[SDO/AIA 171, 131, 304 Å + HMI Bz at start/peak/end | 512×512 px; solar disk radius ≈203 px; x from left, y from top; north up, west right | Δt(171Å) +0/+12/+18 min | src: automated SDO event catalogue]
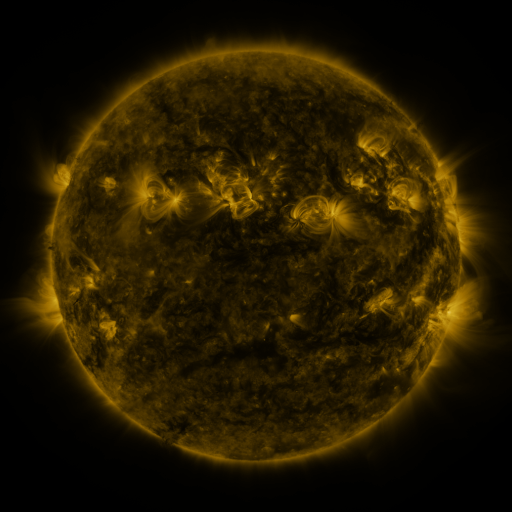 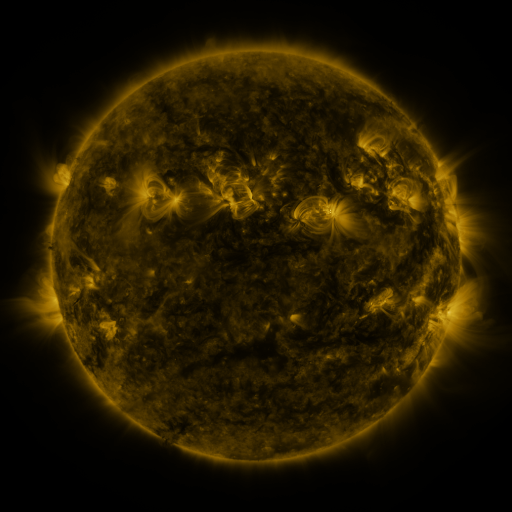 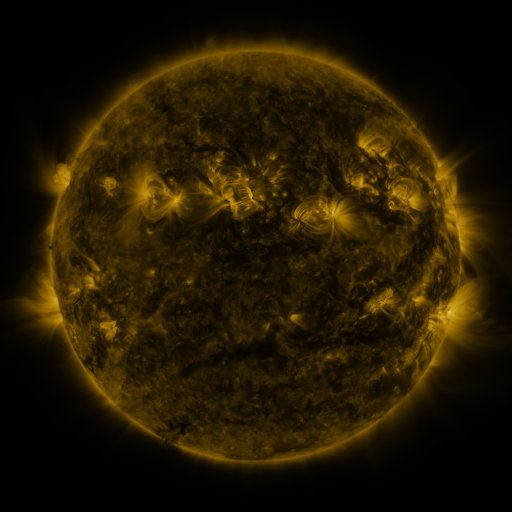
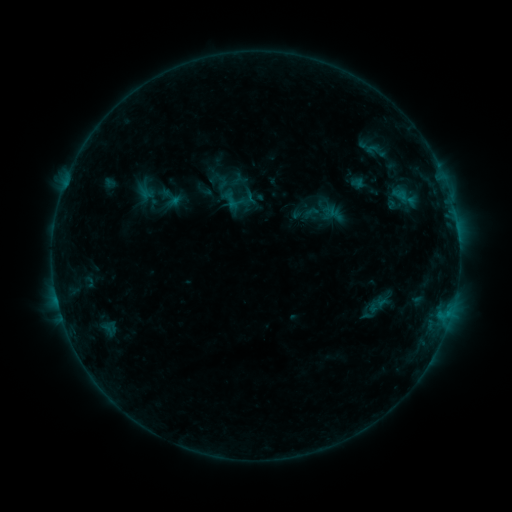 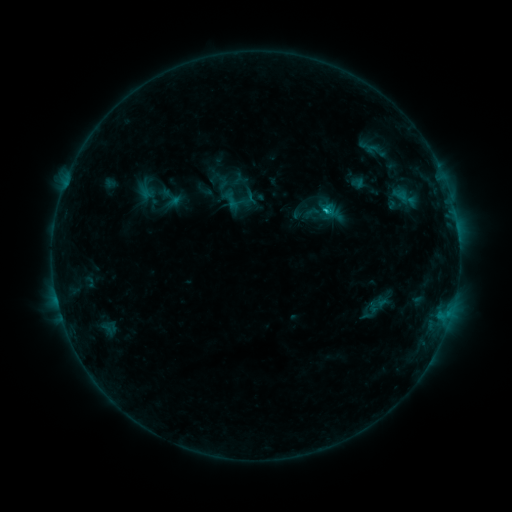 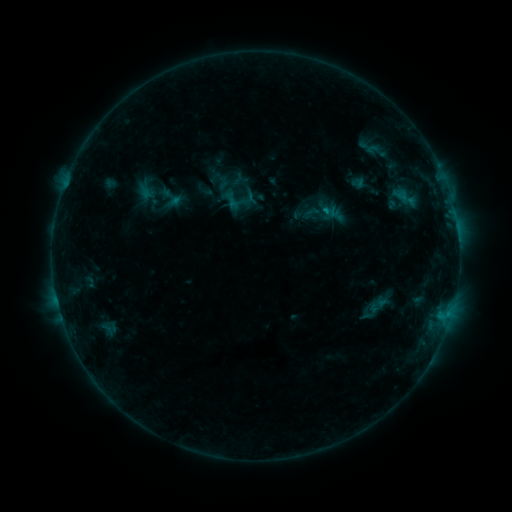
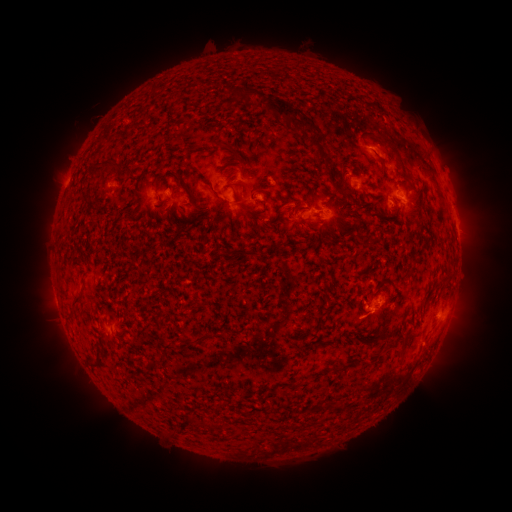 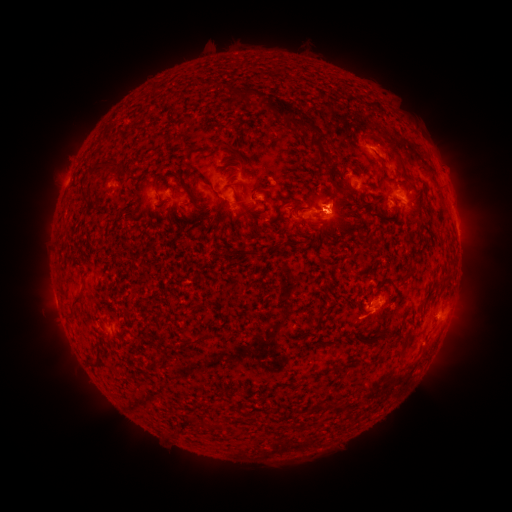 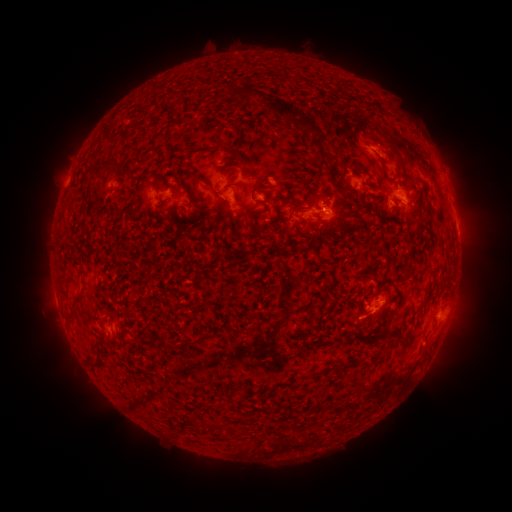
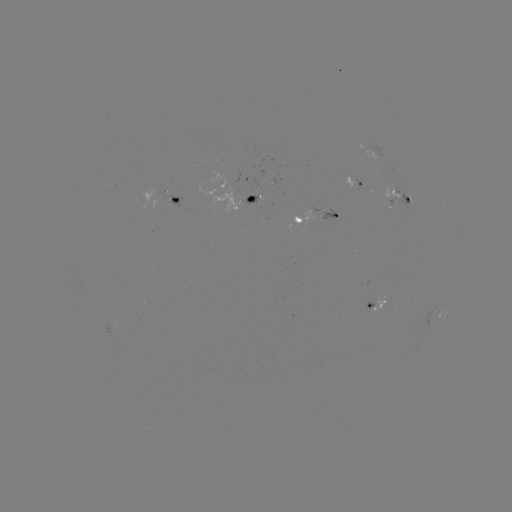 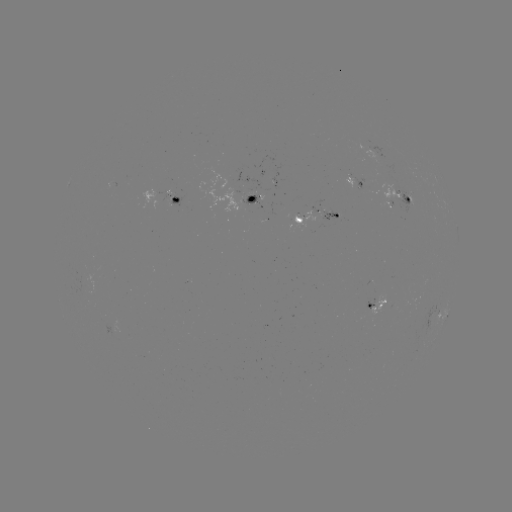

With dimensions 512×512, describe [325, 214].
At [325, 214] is C1.0 flare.